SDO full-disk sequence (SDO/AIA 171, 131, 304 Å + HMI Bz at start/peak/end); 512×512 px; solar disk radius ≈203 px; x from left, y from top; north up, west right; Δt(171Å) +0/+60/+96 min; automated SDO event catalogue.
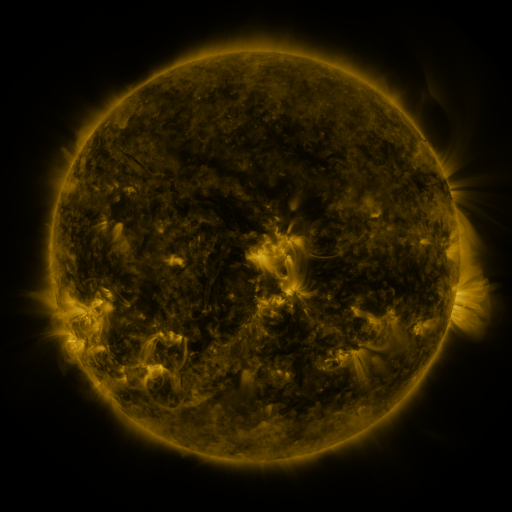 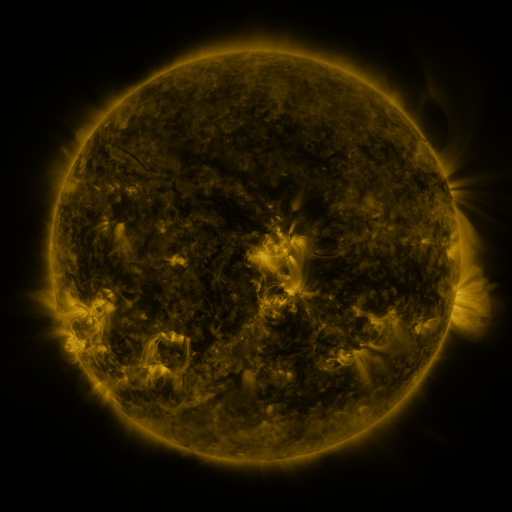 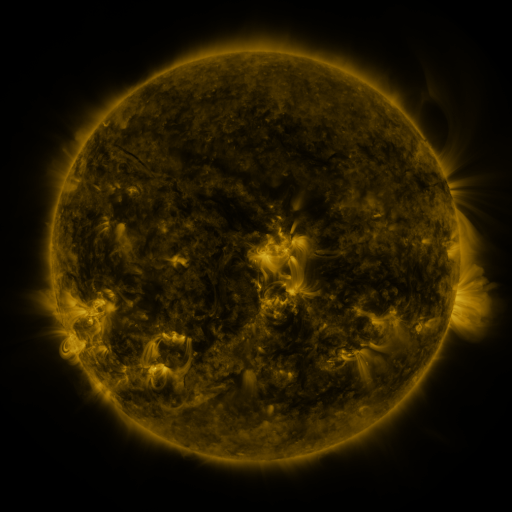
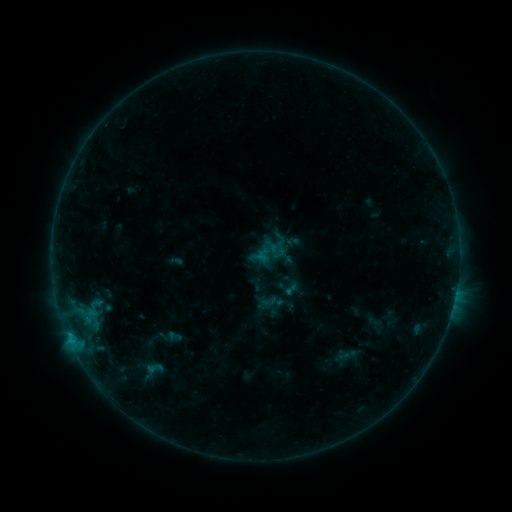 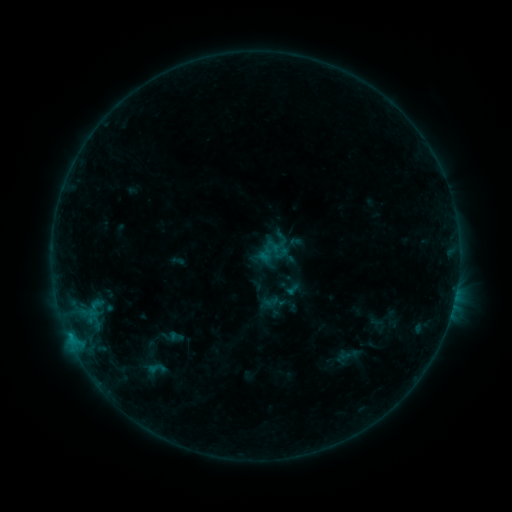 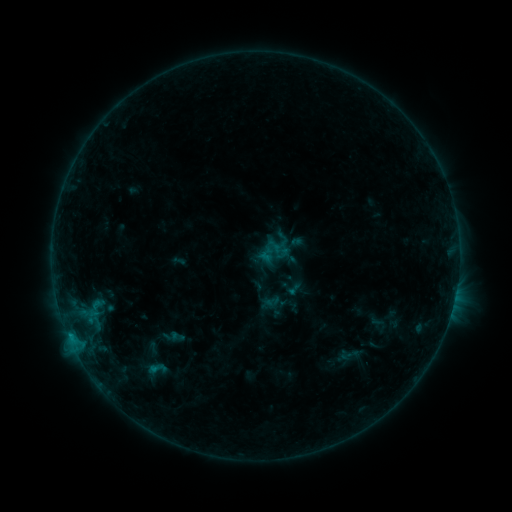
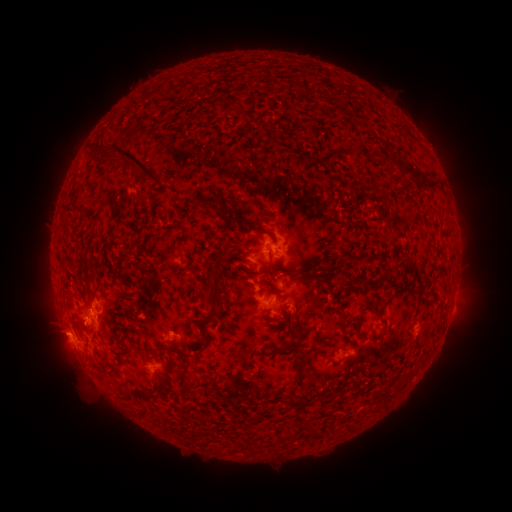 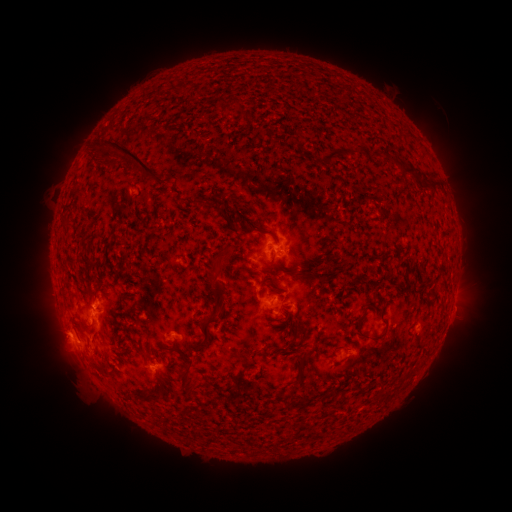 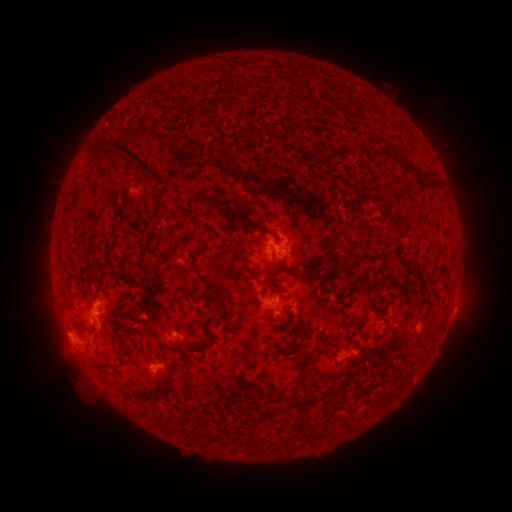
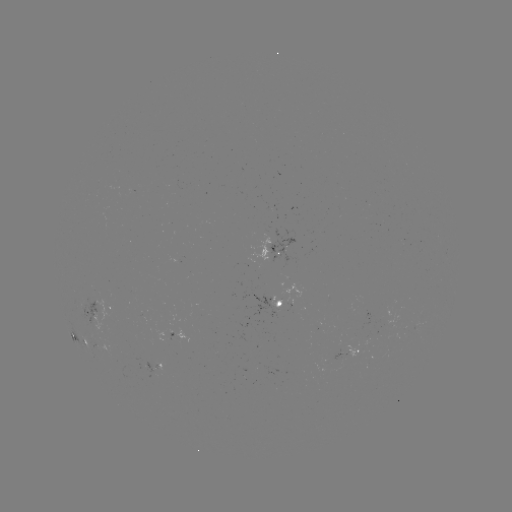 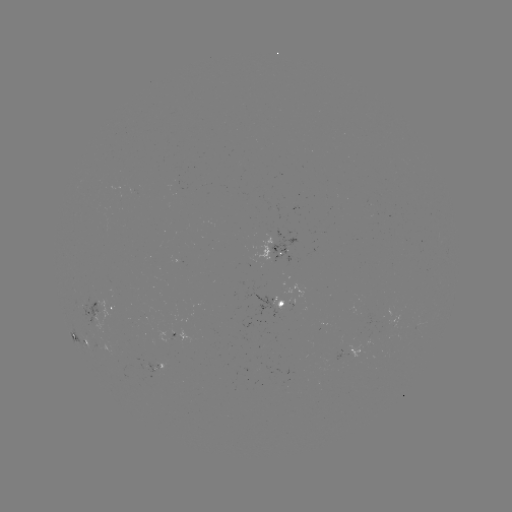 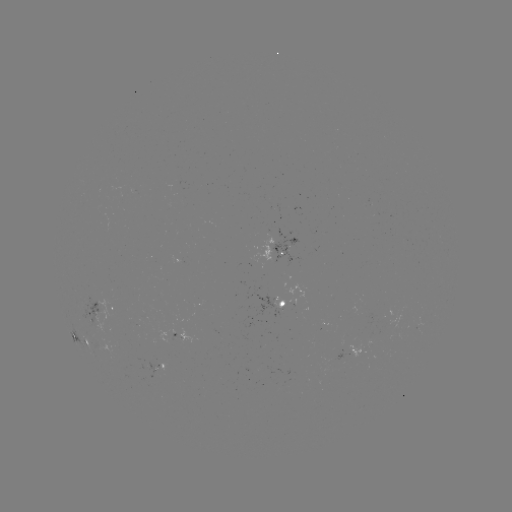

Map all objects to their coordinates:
emerging-flux region: (287, 304)
